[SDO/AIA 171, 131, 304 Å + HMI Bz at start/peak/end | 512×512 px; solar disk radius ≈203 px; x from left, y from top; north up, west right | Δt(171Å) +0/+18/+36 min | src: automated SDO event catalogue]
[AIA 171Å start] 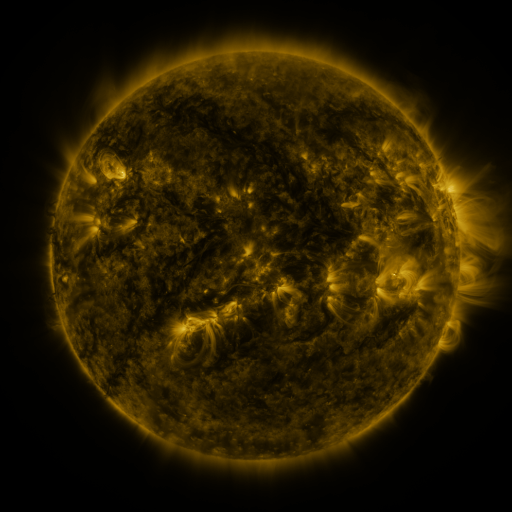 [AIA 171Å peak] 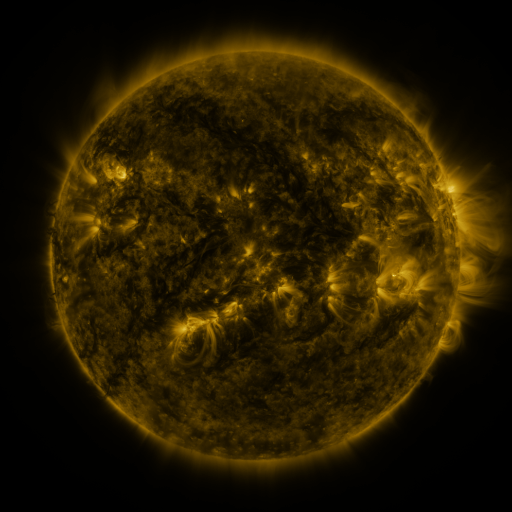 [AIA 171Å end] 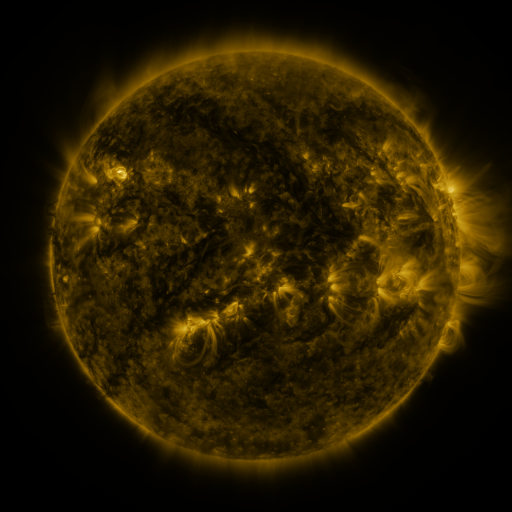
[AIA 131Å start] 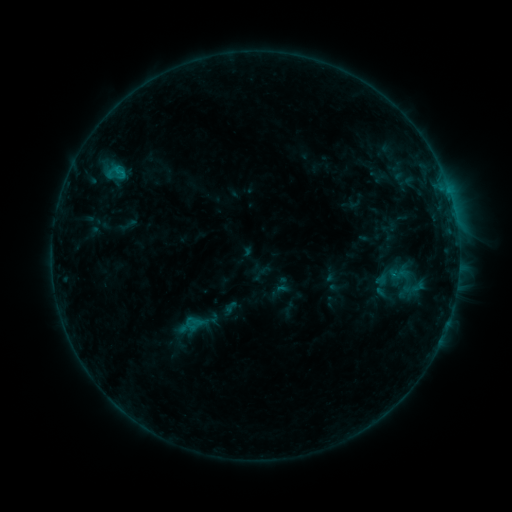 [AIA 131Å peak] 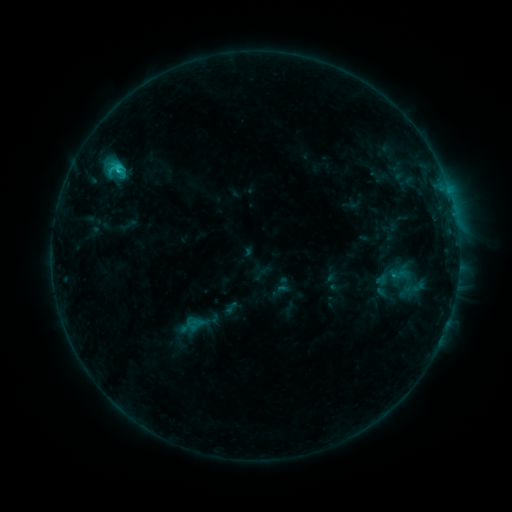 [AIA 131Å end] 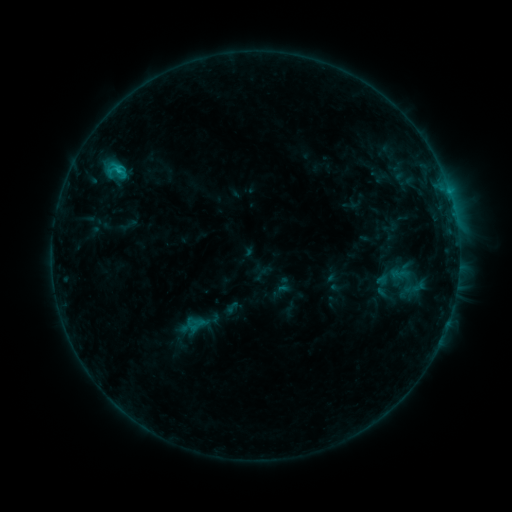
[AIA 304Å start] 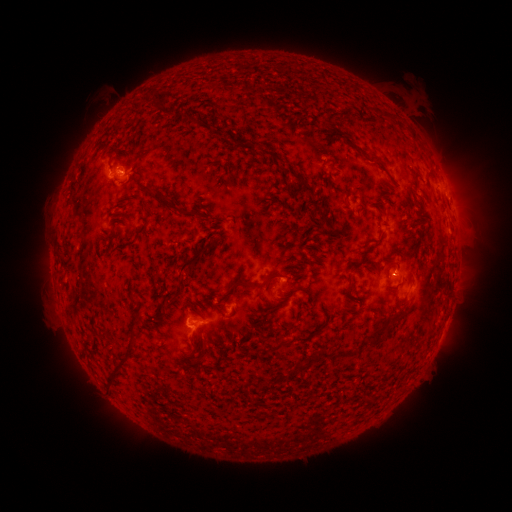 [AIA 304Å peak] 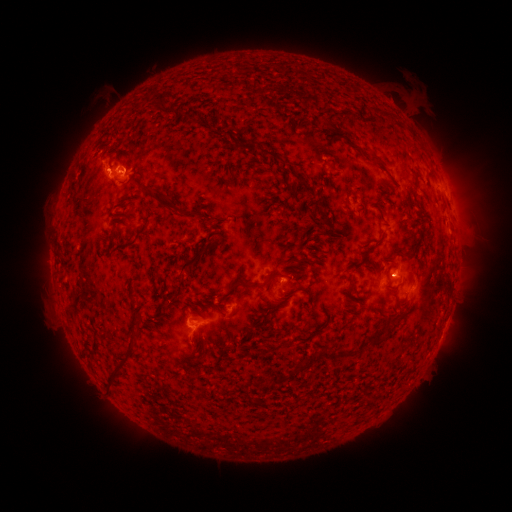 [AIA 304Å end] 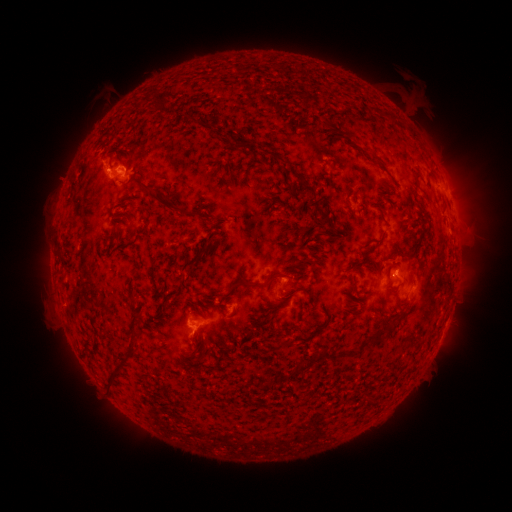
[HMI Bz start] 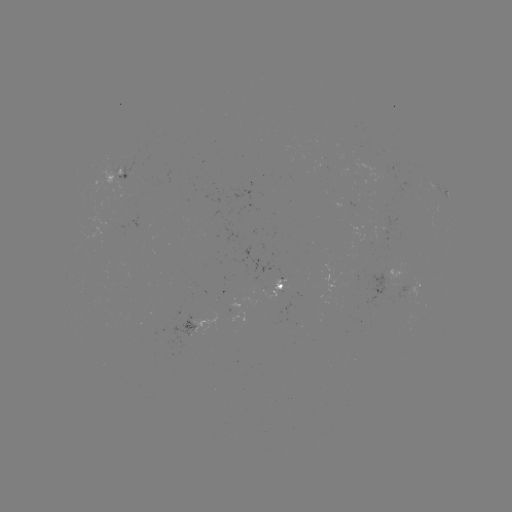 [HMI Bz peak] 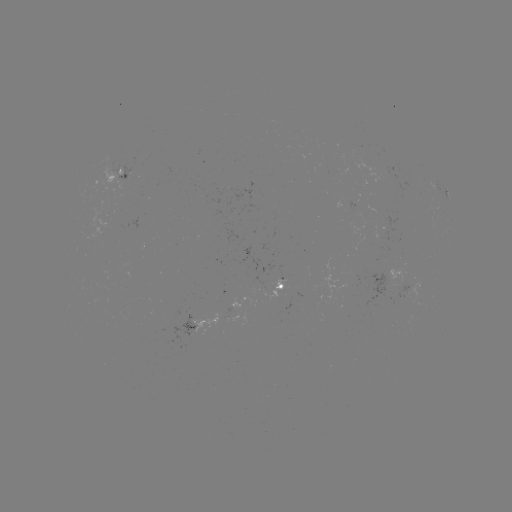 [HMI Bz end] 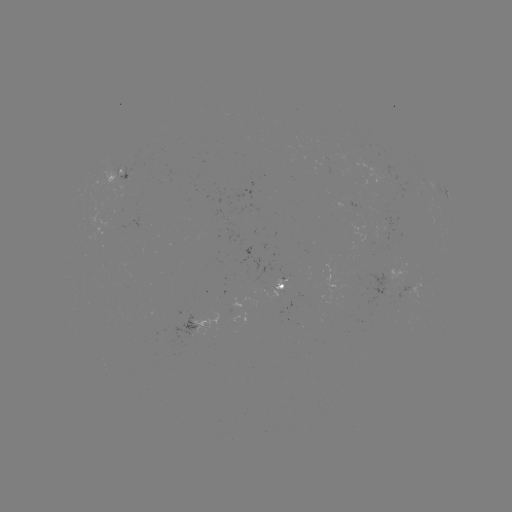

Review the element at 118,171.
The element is C1.3 flare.